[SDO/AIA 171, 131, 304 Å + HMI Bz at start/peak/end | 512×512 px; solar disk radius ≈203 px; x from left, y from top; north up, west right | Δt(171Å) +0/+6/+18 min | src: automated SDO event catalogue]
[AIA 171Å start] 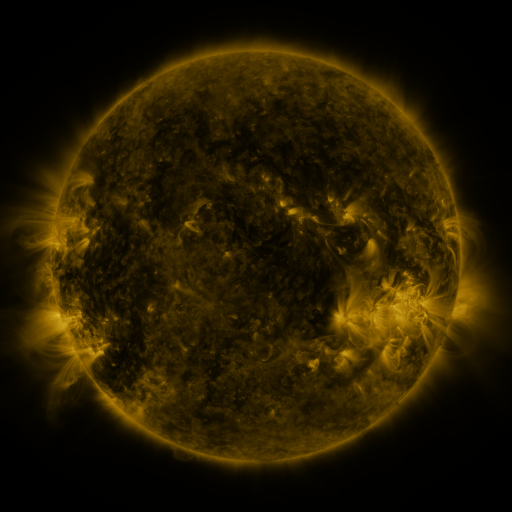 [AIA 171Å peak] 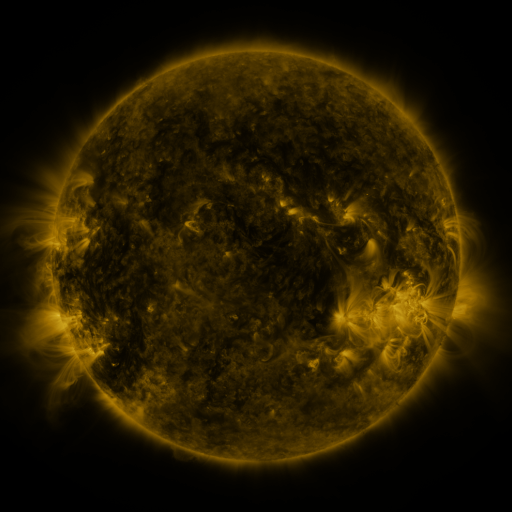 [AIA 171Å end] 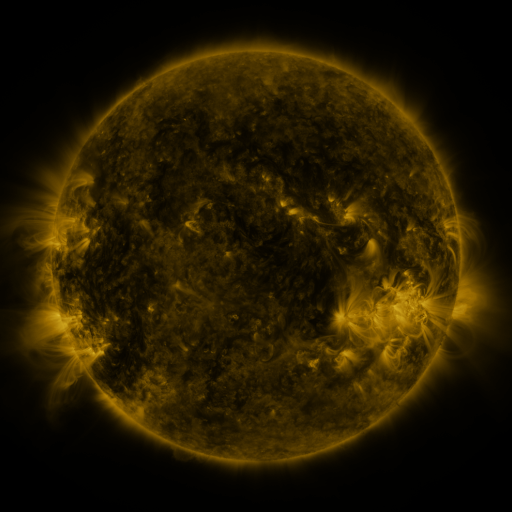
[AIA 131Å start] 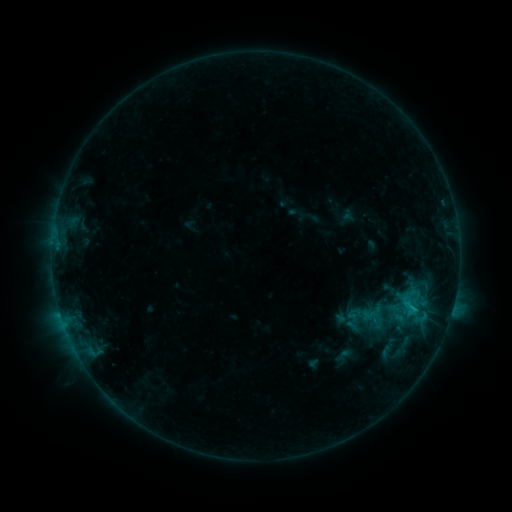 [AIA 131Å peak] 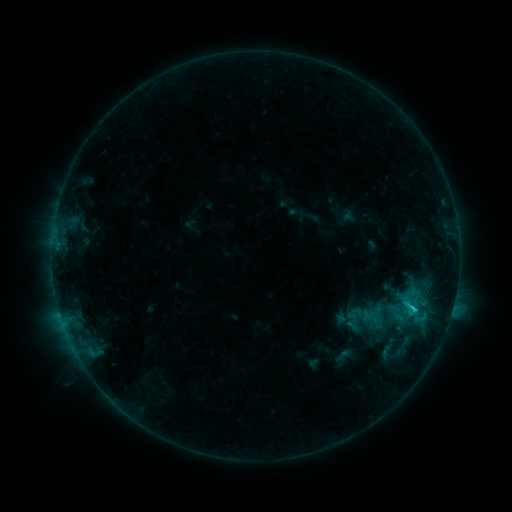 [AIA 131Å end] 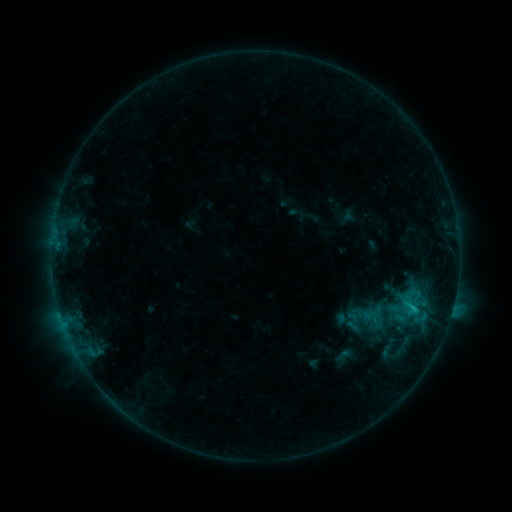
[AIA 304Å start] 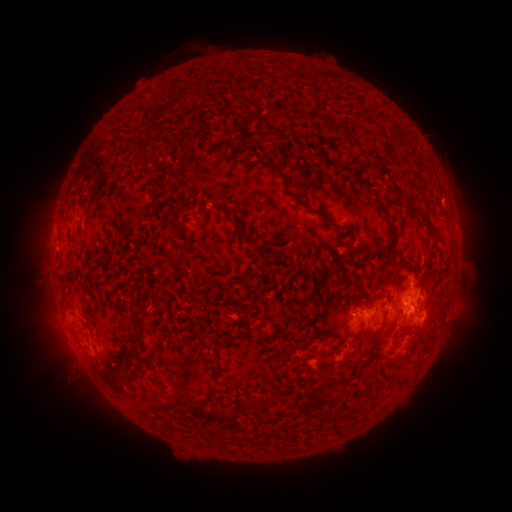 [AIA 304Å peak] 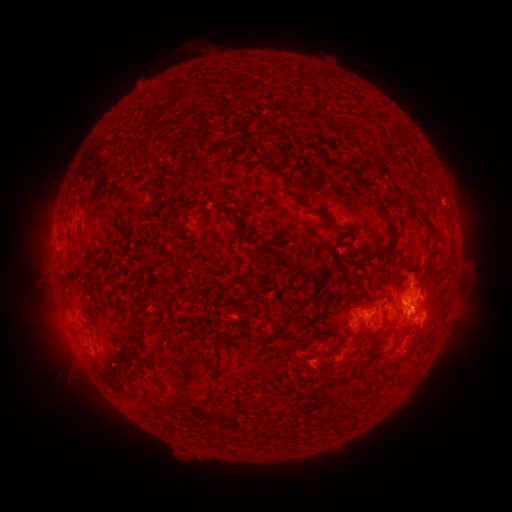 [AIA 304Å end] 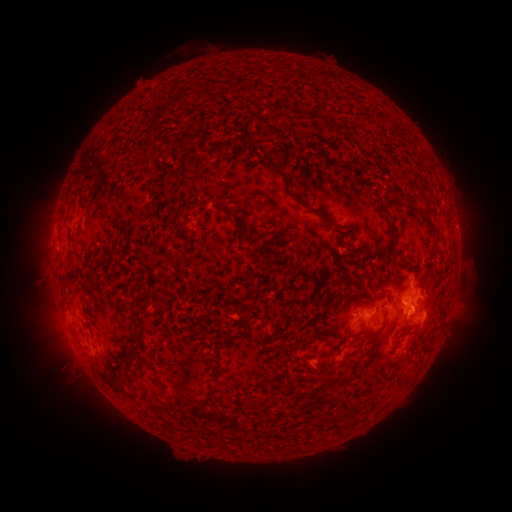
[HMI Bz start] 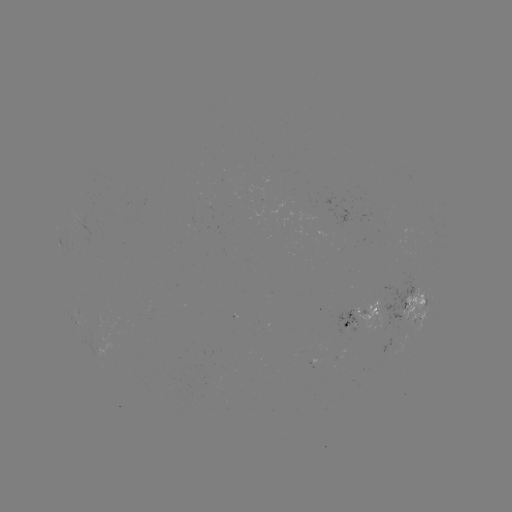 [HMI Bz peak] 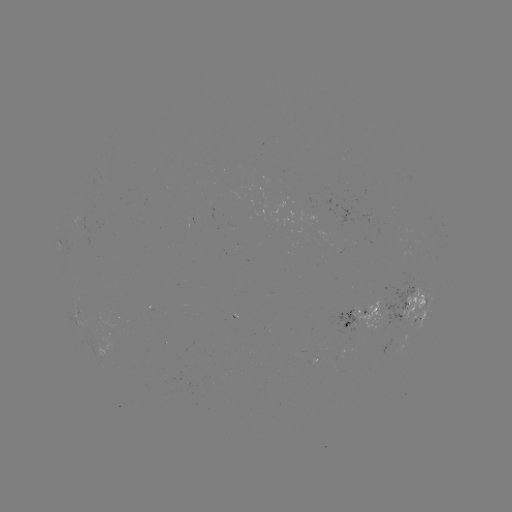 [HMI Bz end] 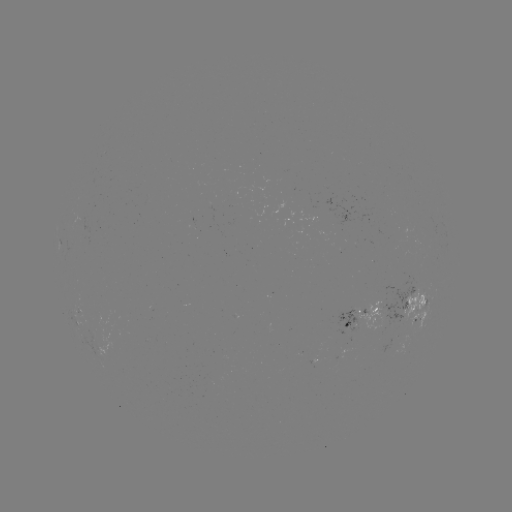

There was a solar flare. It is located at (413, 306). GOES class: C1.4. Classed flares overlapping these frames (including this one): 1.